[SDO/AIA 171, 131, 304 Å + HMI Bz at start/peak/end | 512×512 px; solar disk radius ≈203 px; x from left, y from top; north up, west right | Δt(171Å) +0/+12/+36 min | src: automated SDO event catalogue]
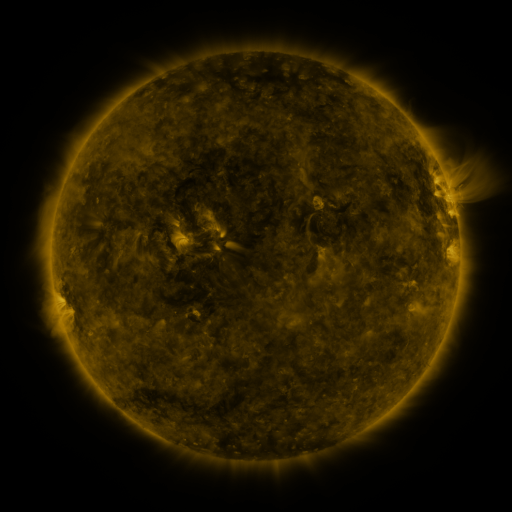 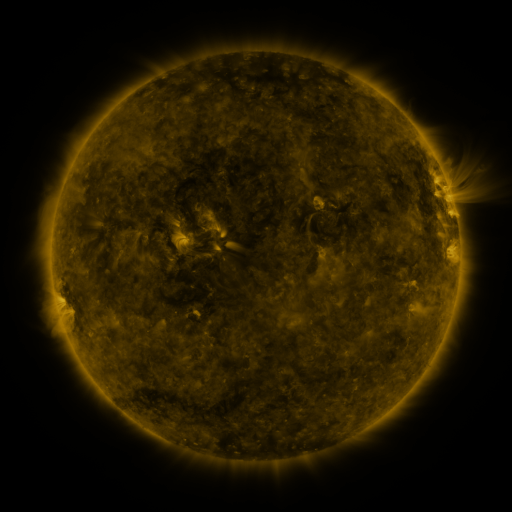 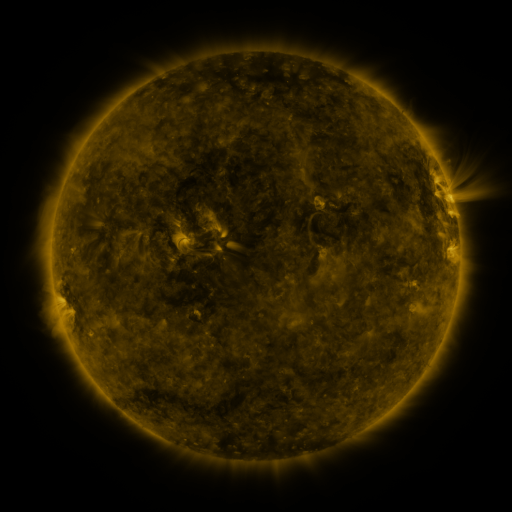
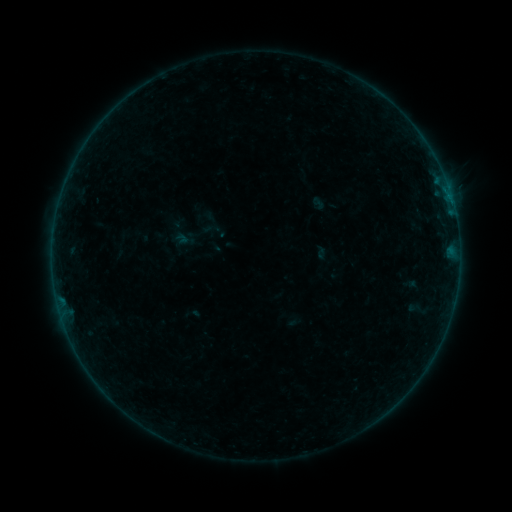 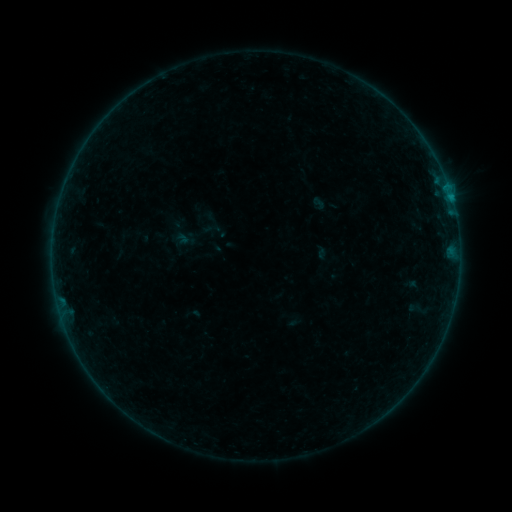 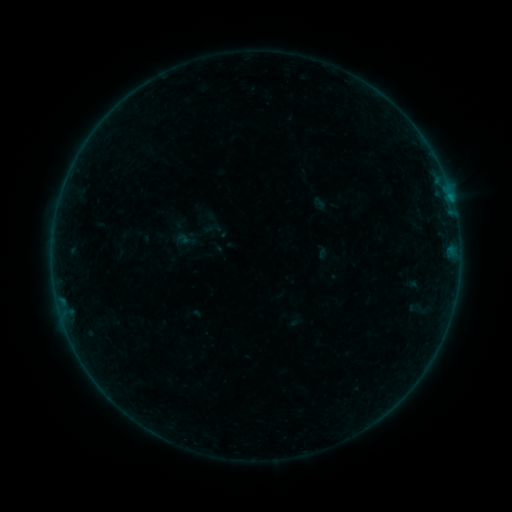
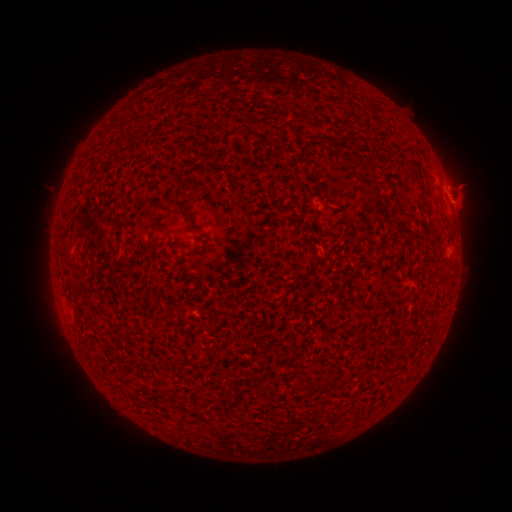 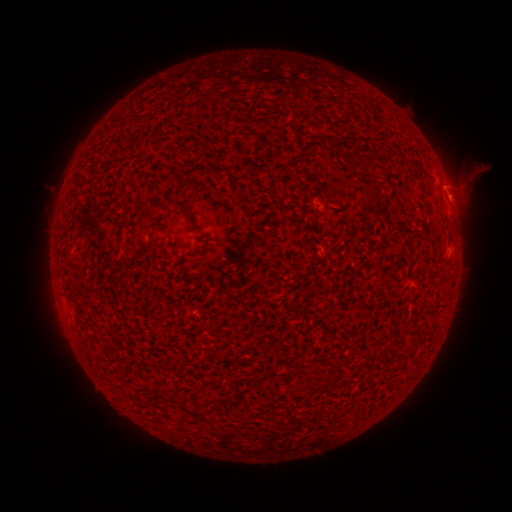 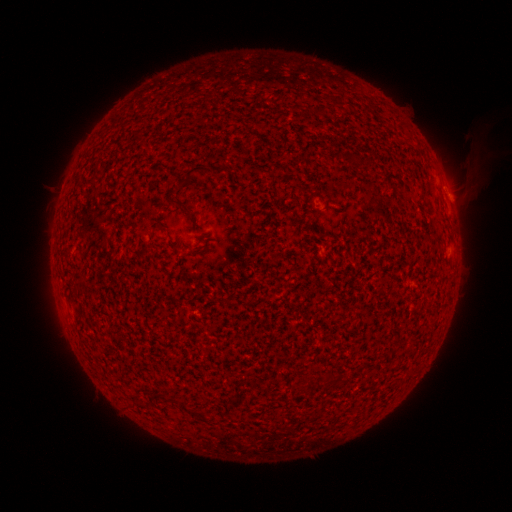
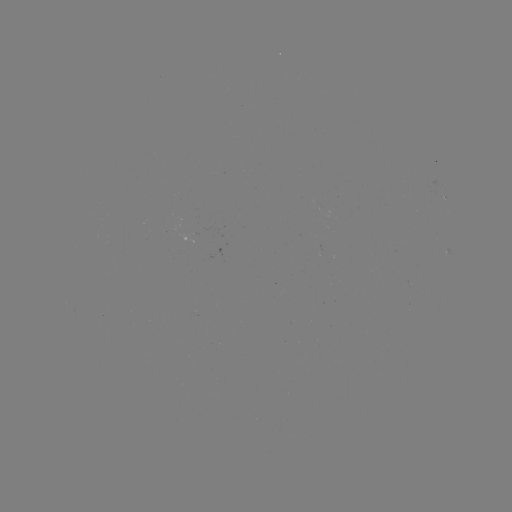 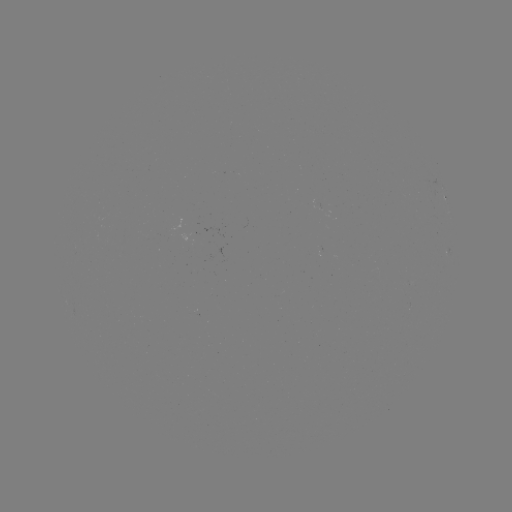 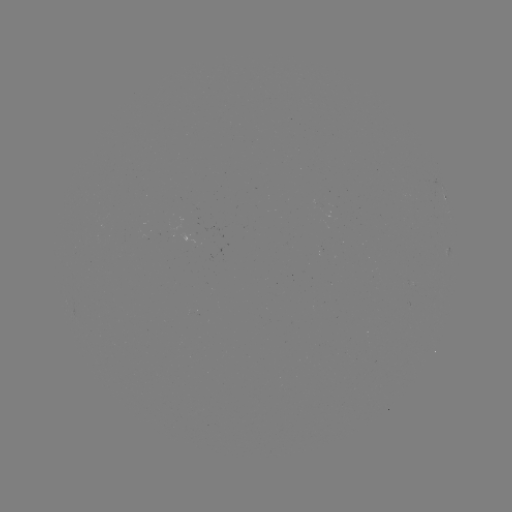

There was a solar flare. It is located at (451, 200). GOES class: B3.1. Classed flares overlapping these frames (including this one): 1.